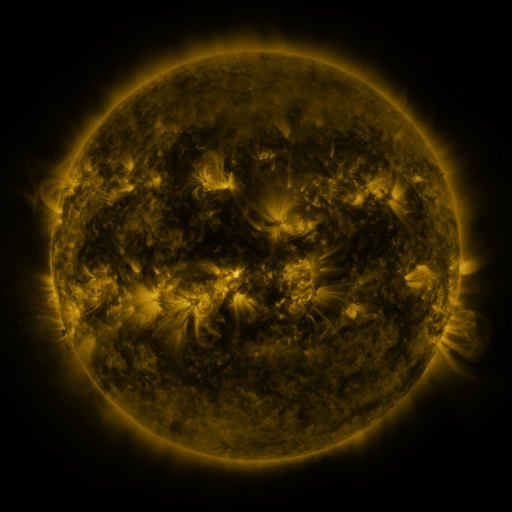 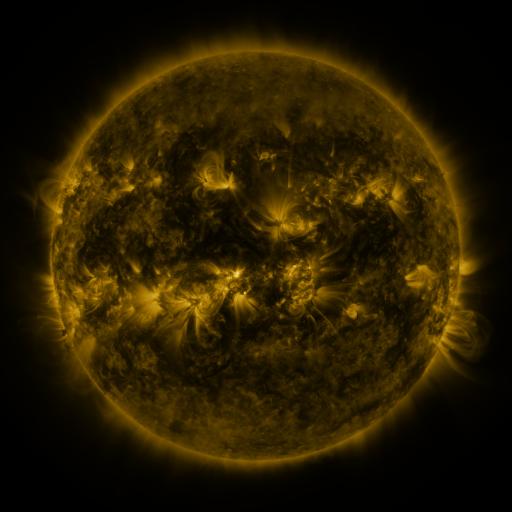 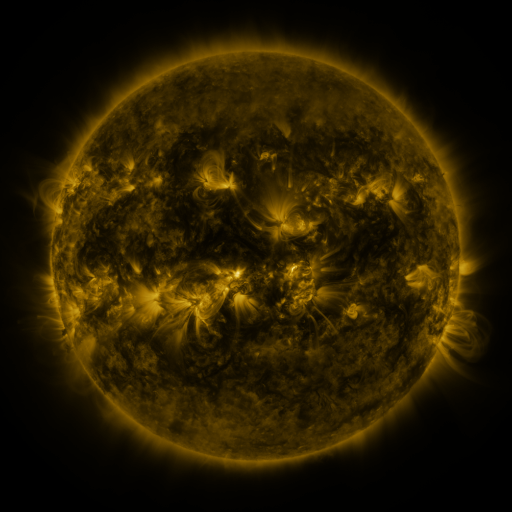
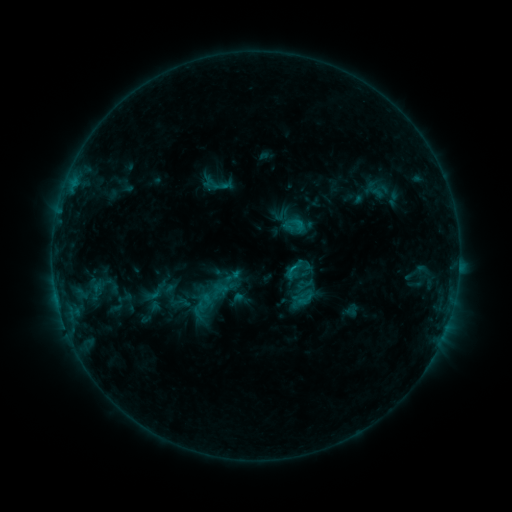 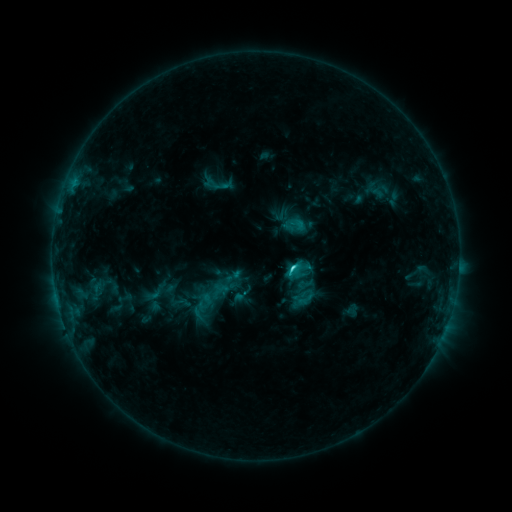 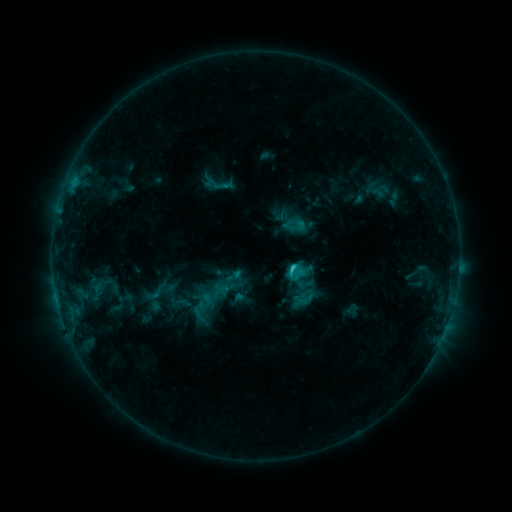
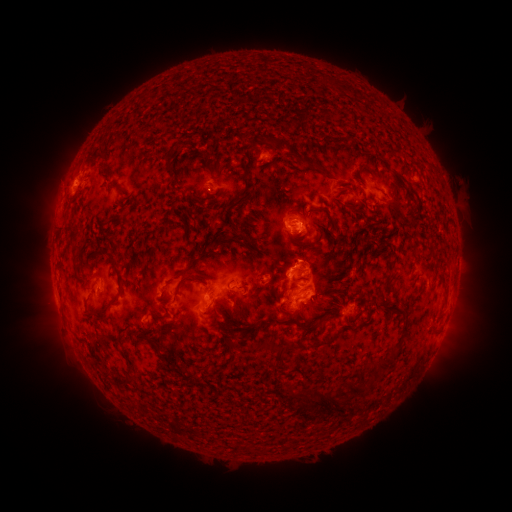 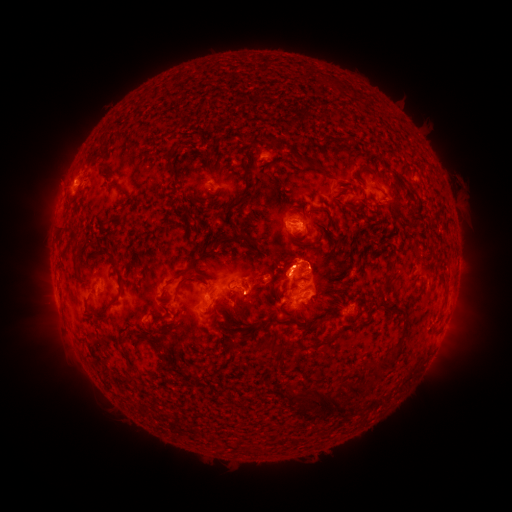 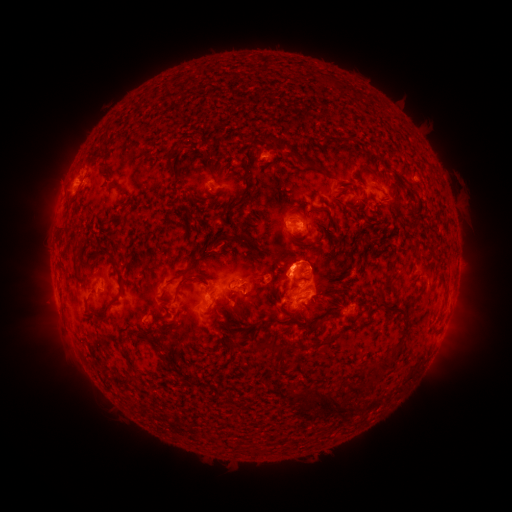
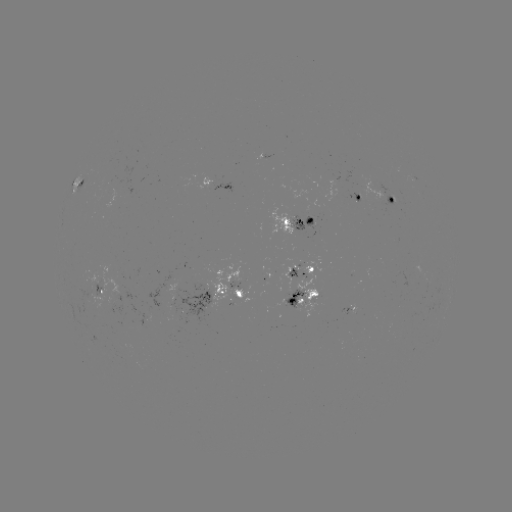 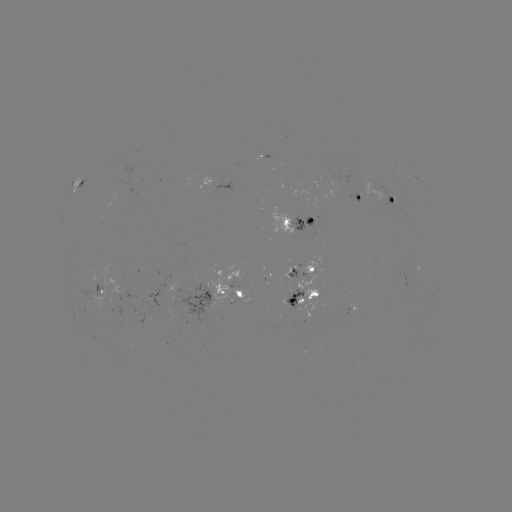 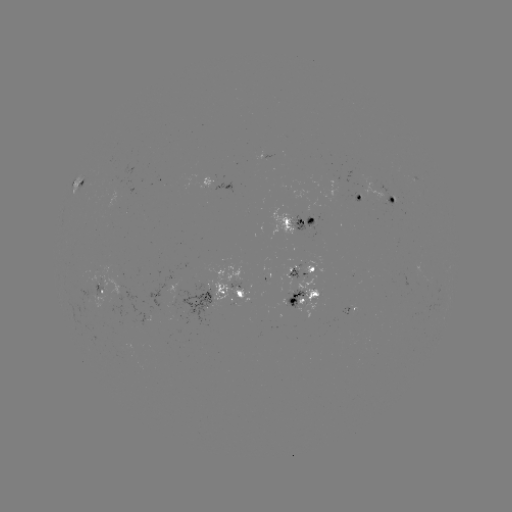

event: flare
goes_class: C2.5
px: (291, 265)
